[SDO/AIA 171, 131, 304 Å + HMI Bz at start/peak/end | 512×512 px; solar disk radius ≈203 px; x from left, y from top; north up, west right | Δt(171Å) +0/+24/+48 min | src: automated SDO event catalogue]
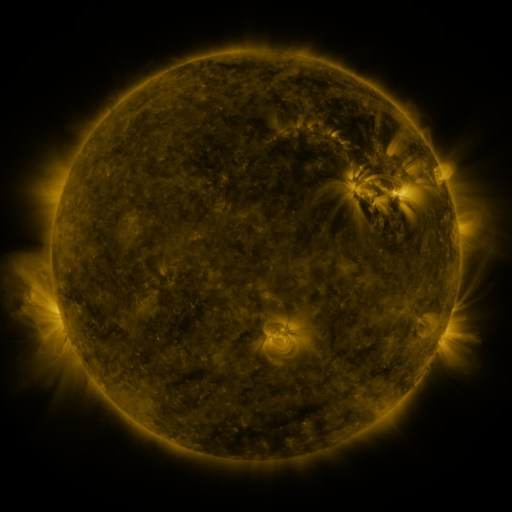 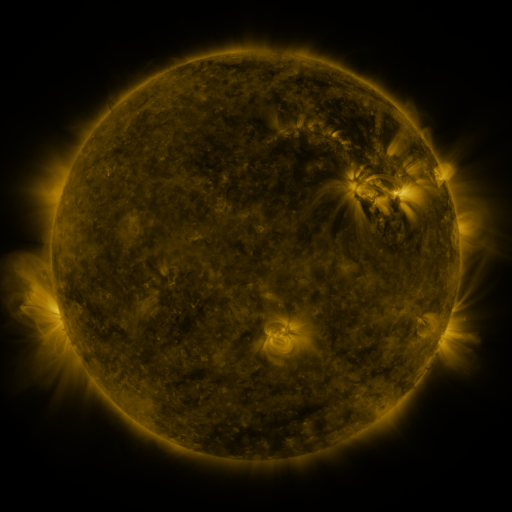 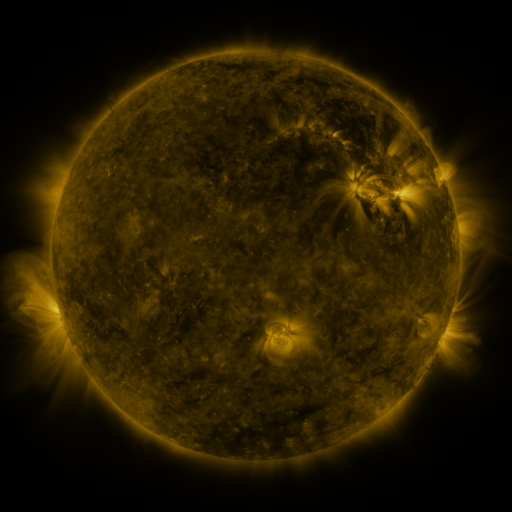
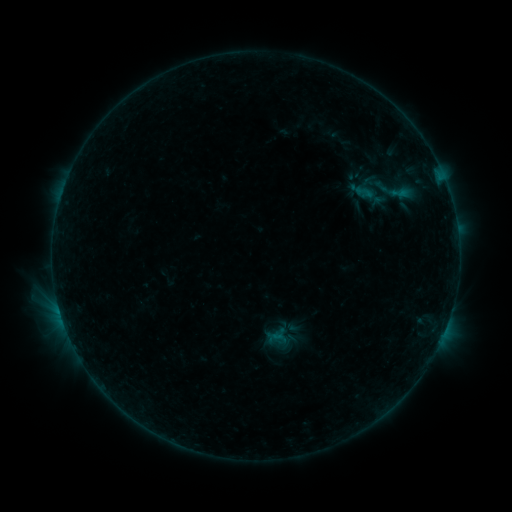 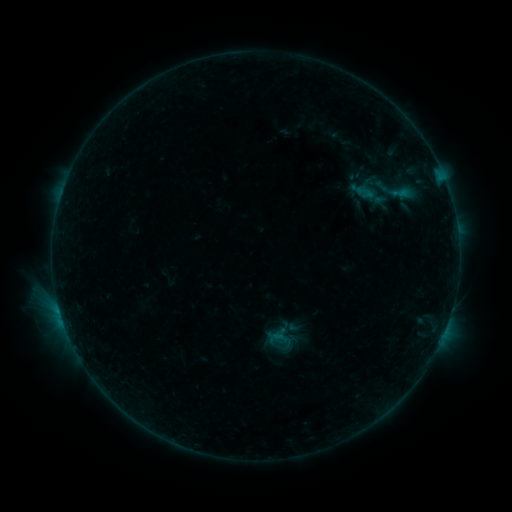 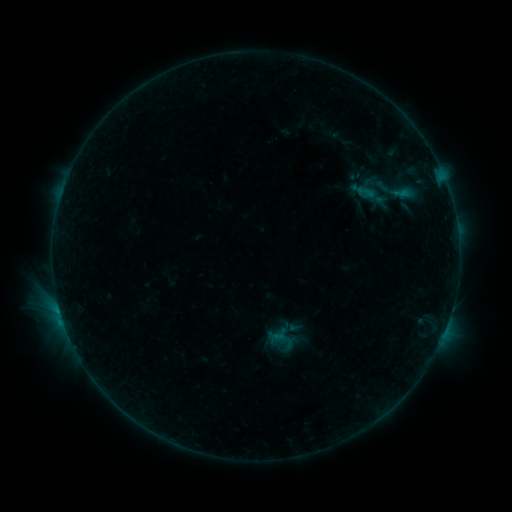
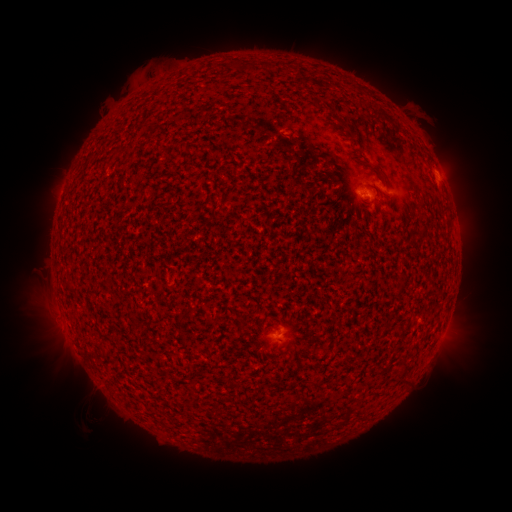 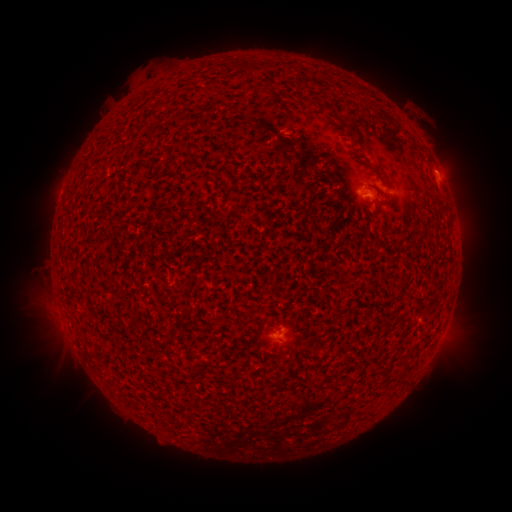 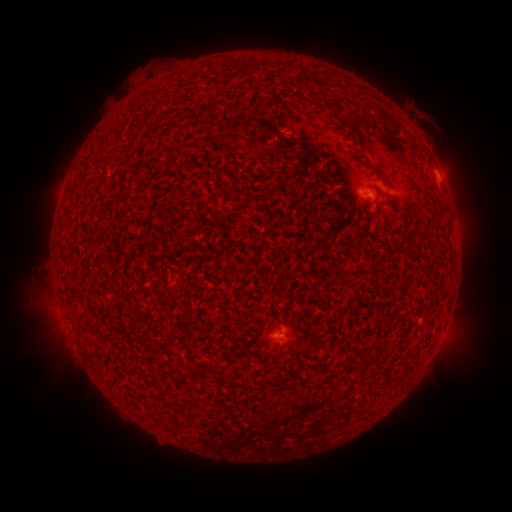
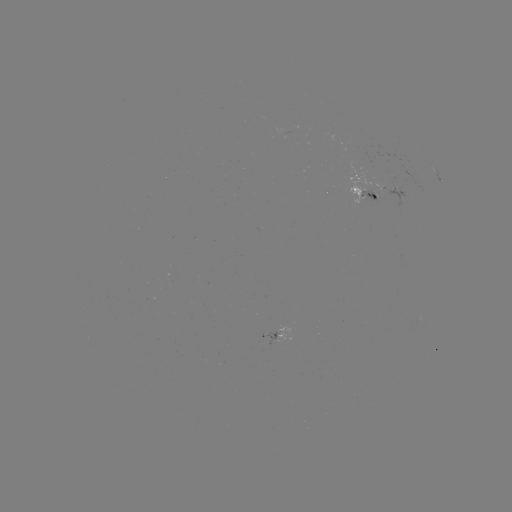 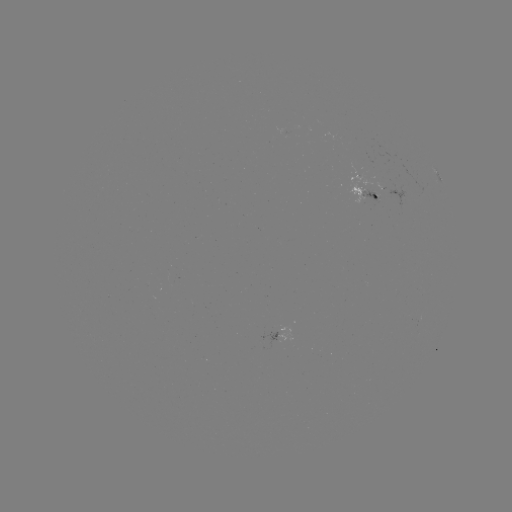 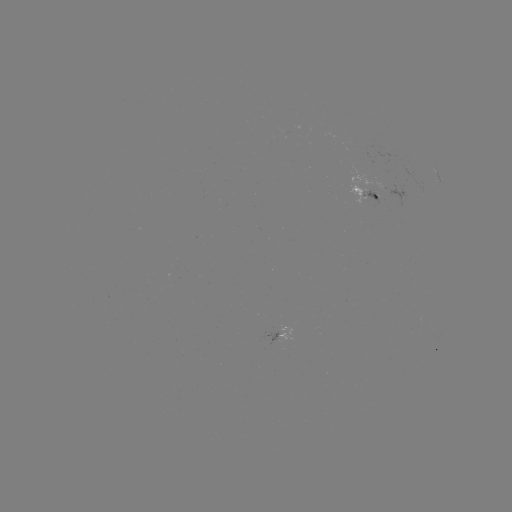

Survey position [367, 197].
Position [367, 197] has emerging-flux region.